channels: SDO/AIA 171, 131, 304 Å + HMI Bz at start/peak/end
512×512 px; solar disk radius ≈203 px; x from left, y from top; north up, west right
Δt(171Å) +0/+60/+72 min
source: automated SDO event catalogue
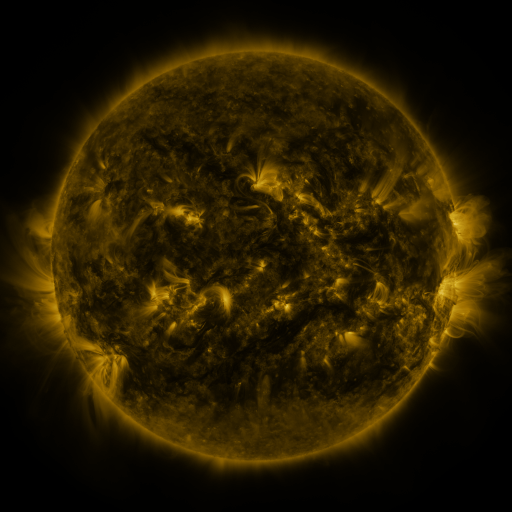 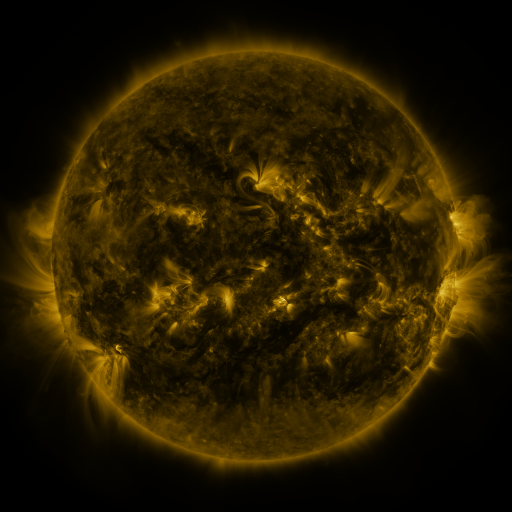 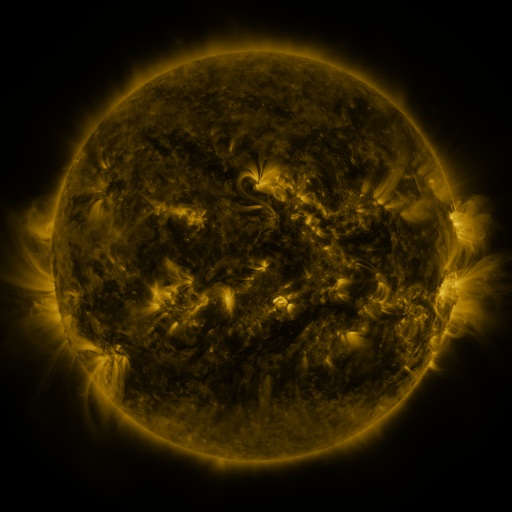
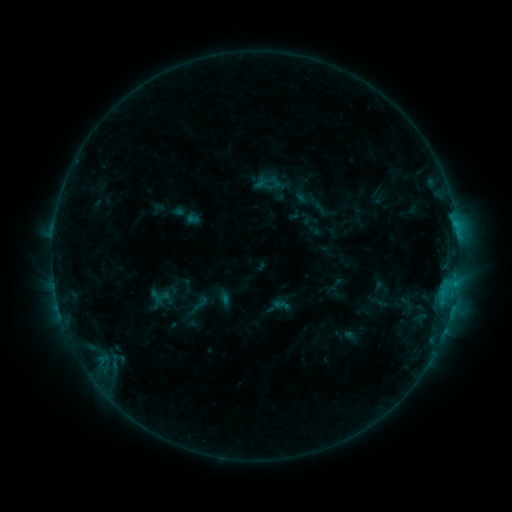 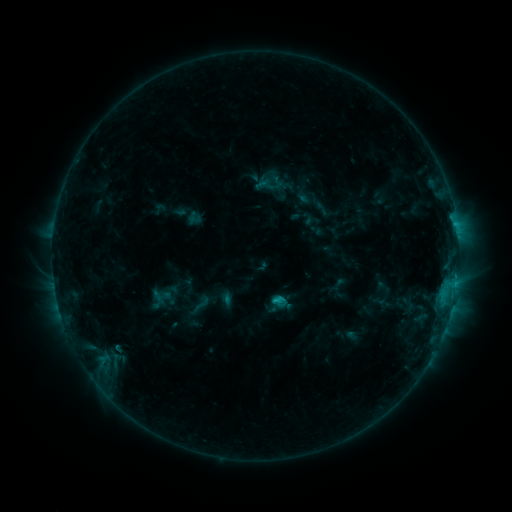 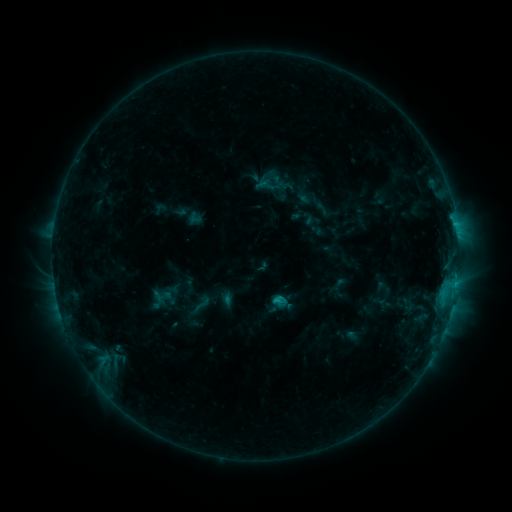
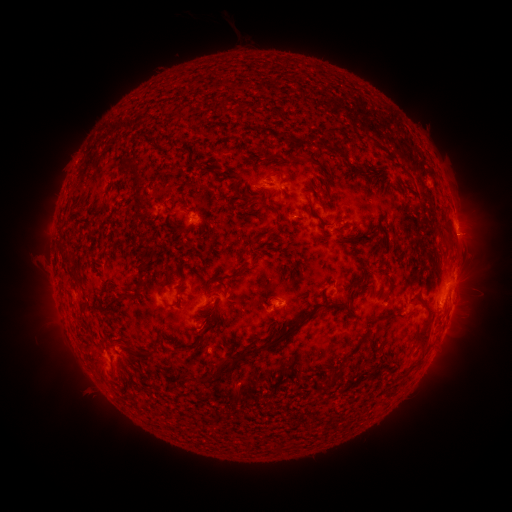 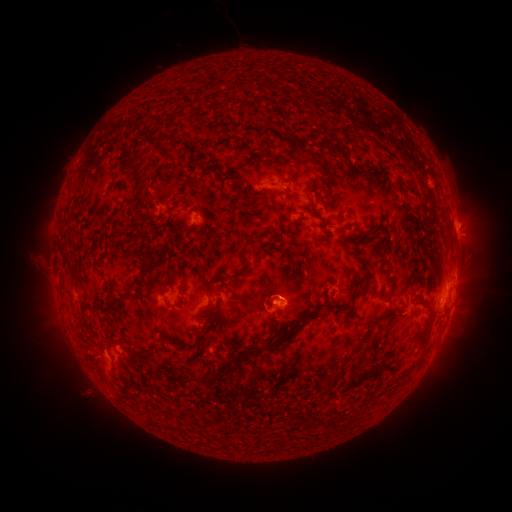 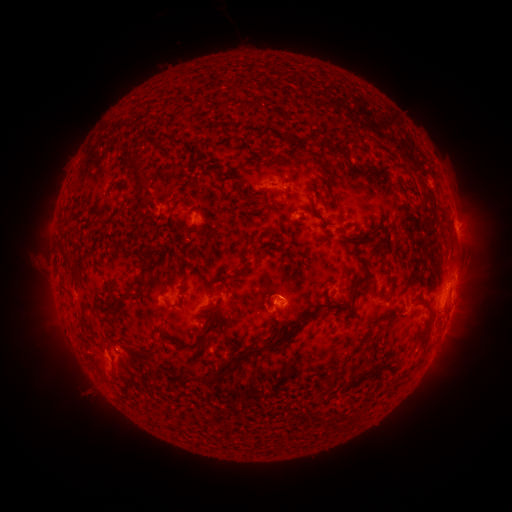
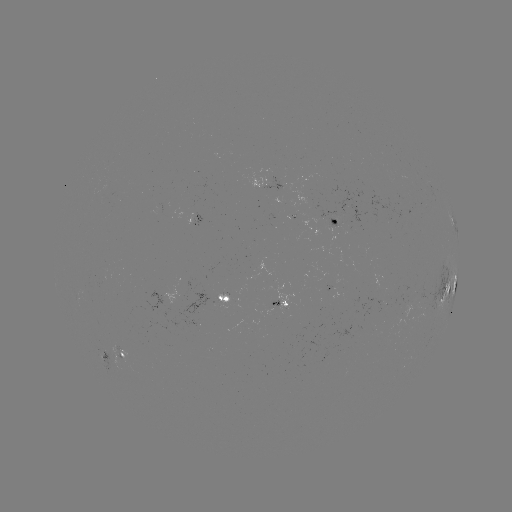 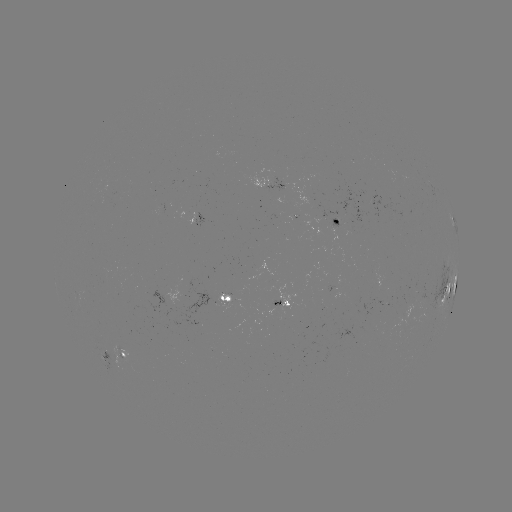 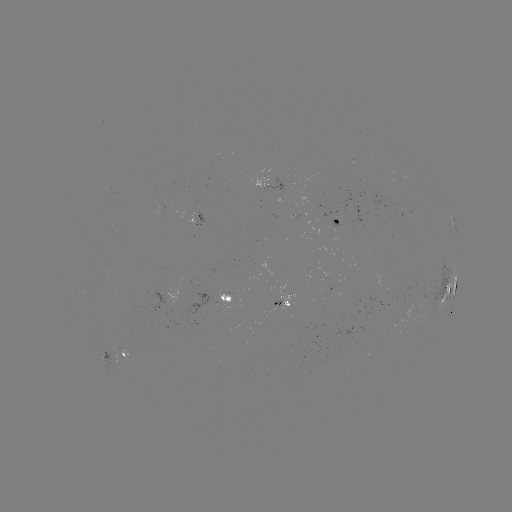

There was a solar emerging-flux region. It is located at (332, 225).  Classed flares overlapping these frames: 1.